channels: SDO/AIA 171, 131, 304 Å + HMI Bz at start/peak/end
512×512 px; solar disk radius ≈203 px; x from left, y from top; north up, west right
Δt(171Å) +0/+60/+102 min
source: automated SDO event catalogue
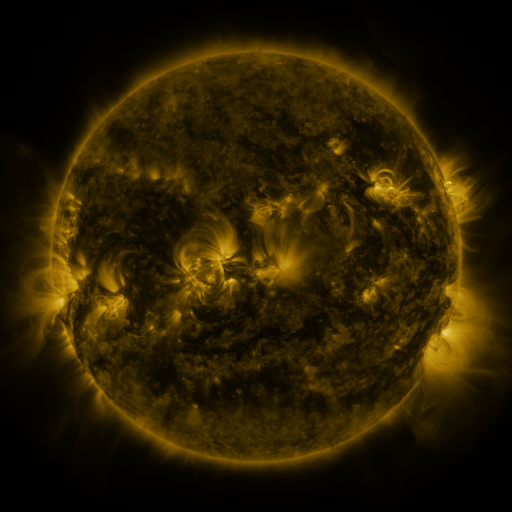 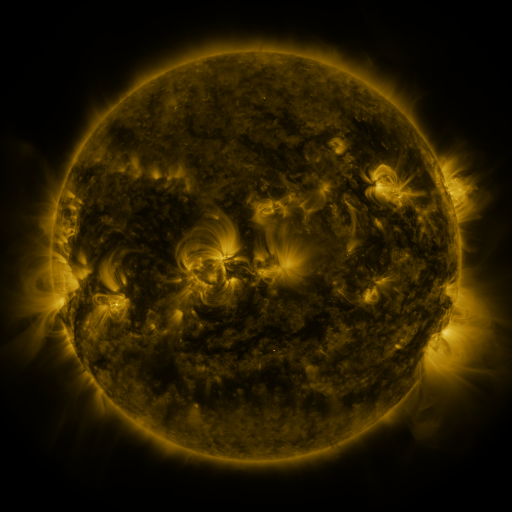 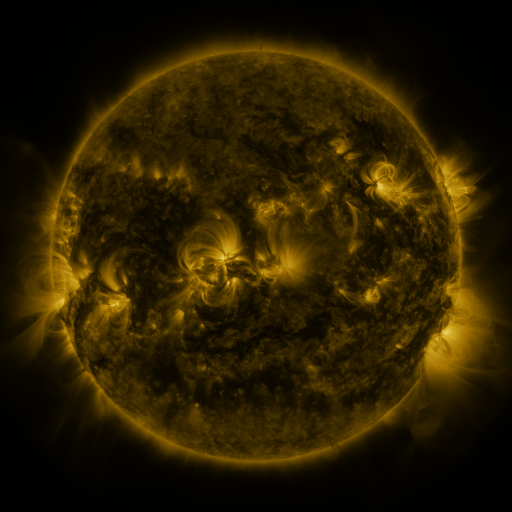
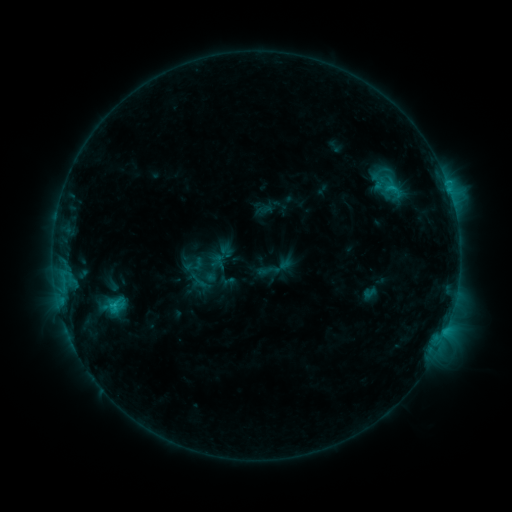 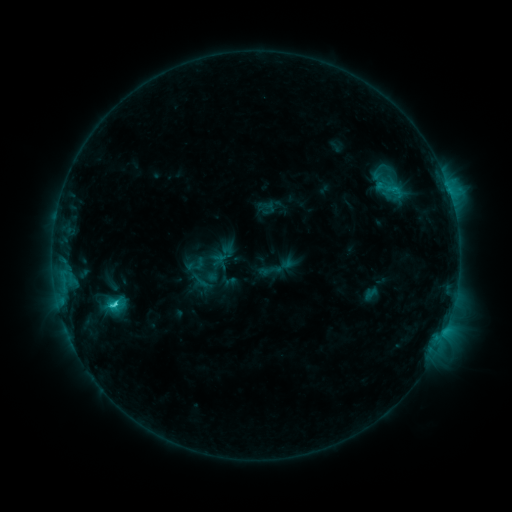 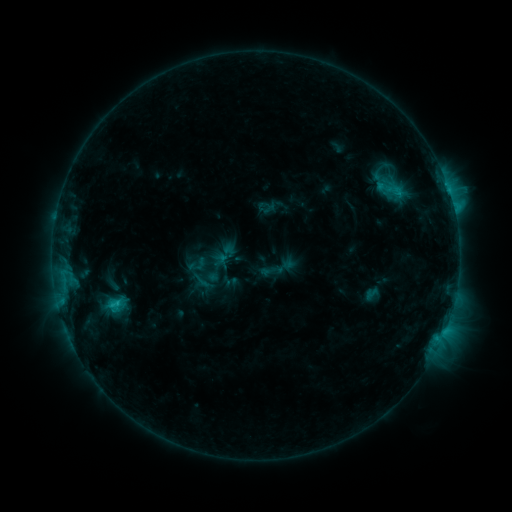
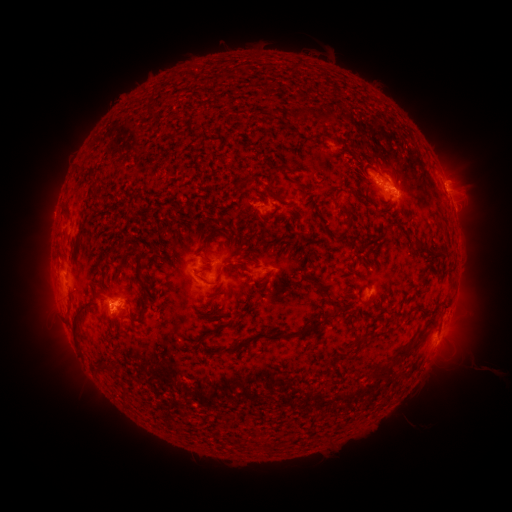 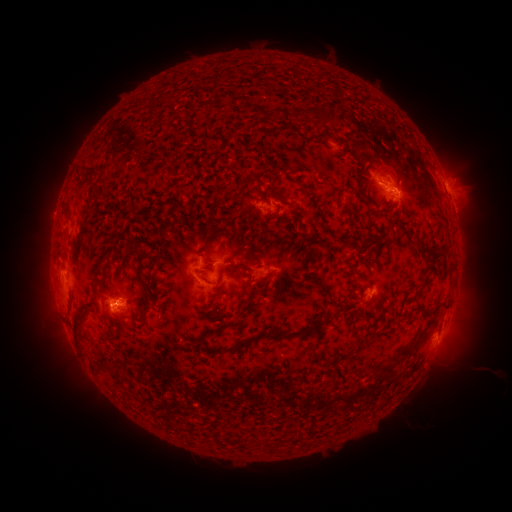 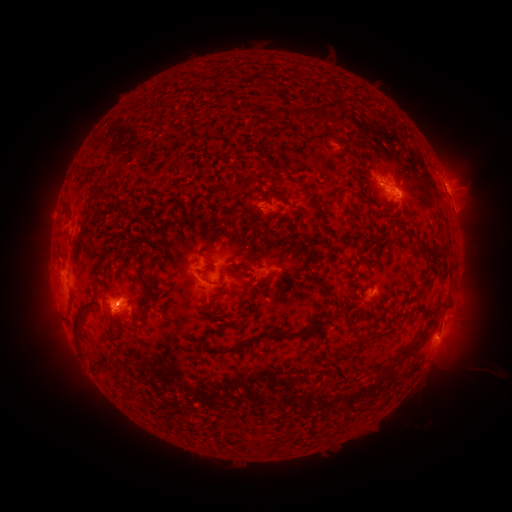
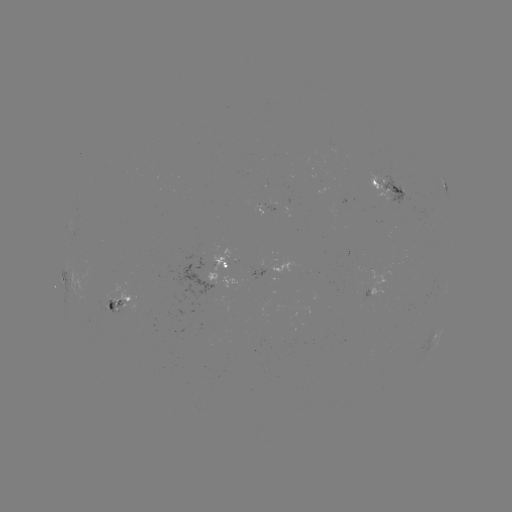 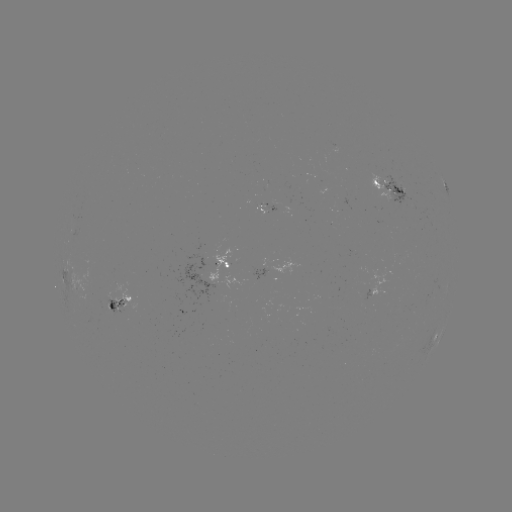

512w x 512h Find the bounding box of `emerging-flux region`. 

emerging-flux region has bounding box [264, 201, 278, 210].